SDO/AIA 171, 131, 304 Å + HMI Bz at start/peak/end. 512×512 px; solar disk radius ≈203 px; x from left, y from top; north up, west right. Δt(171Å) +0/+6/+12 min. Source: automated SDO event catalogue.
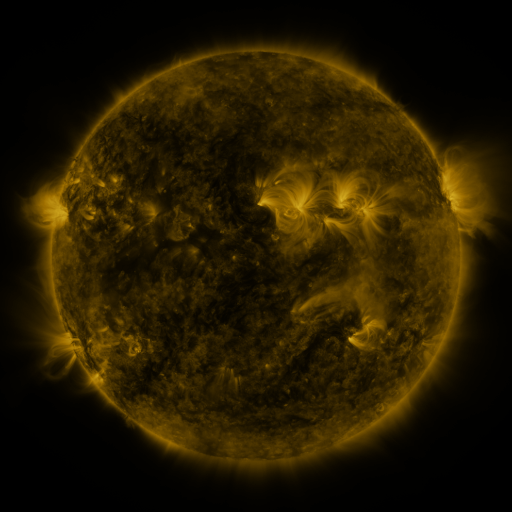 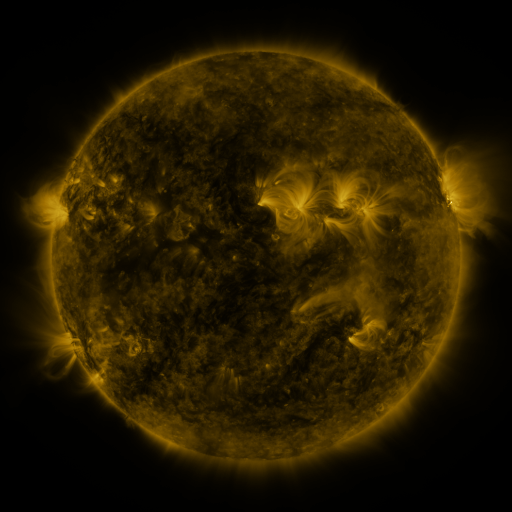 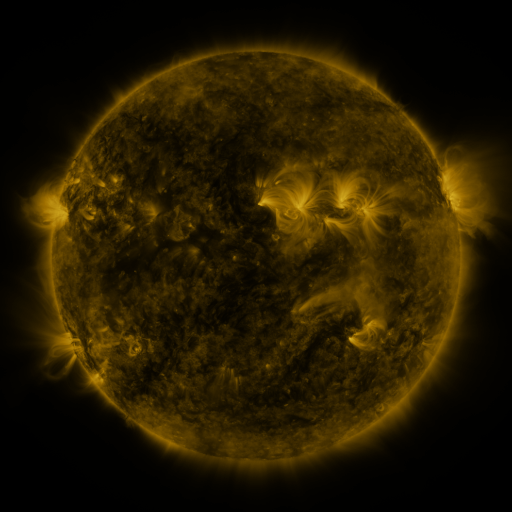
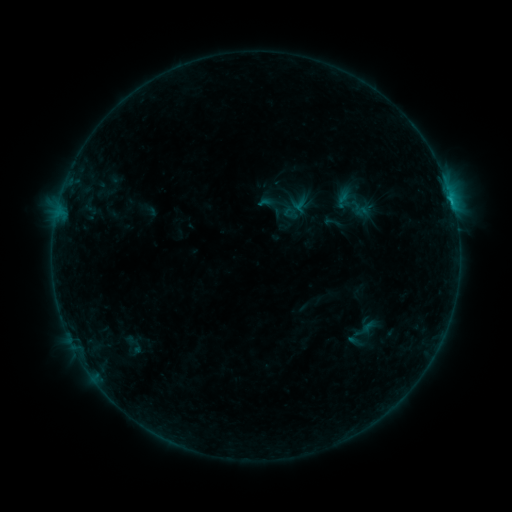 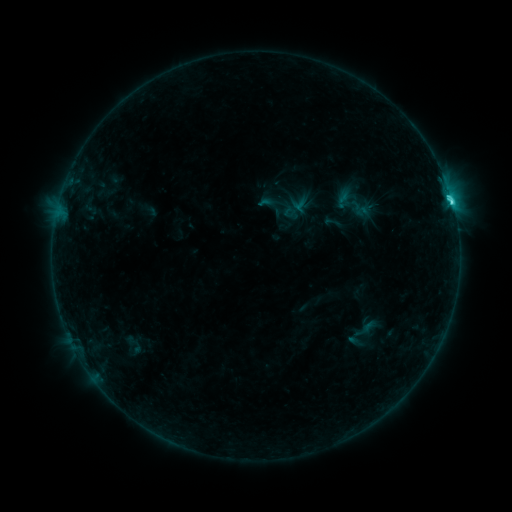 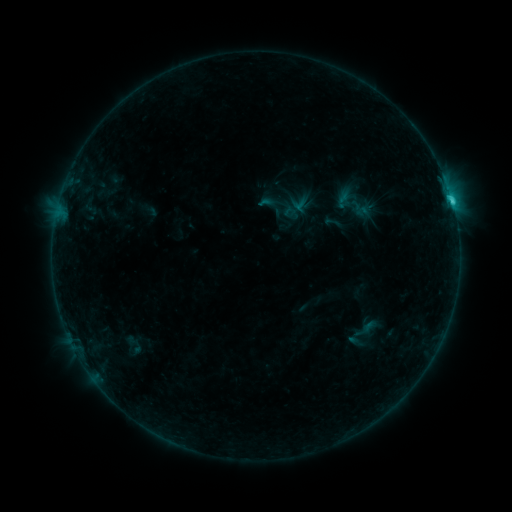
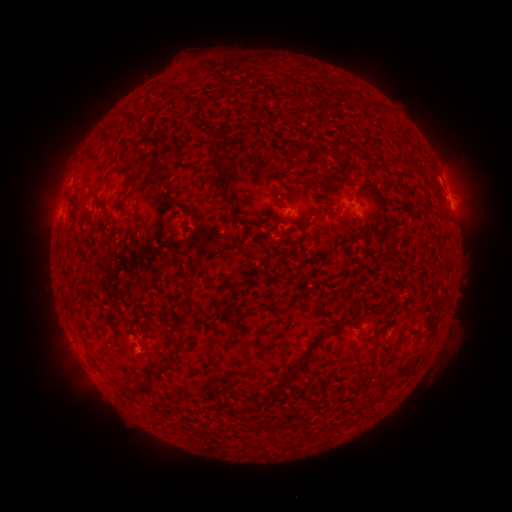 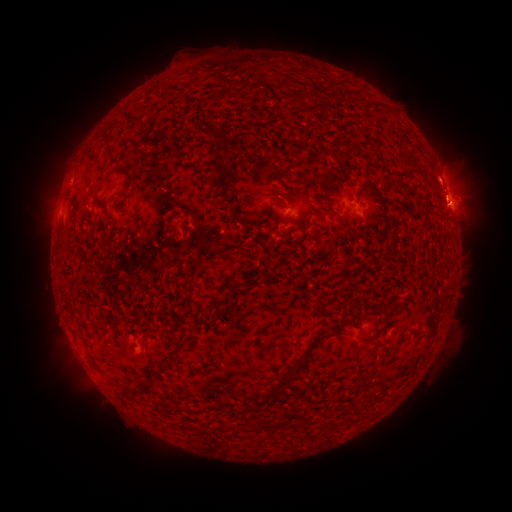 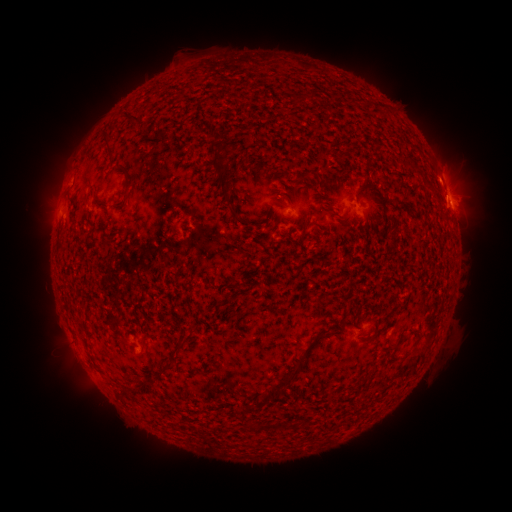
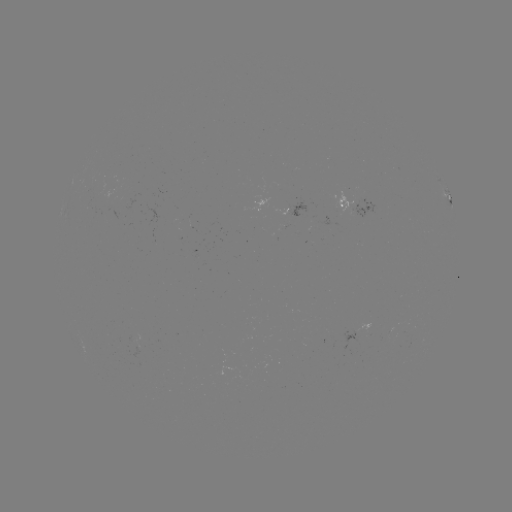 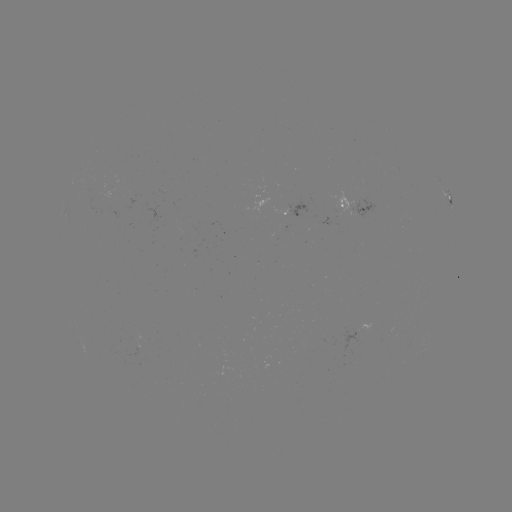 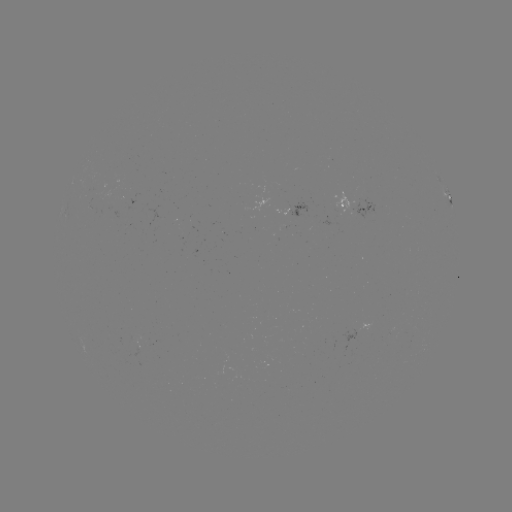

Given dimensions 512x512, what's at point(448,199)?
C2.4 flare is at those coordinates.